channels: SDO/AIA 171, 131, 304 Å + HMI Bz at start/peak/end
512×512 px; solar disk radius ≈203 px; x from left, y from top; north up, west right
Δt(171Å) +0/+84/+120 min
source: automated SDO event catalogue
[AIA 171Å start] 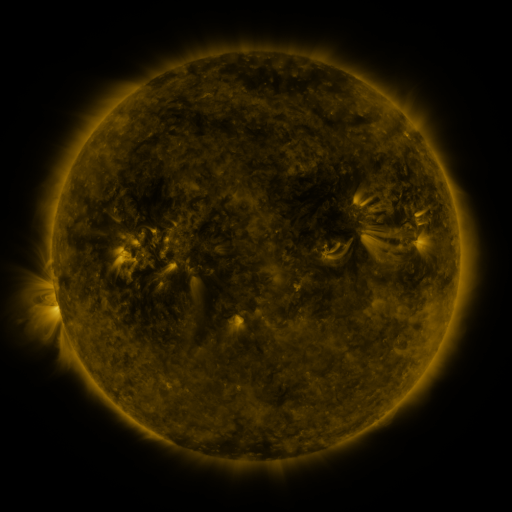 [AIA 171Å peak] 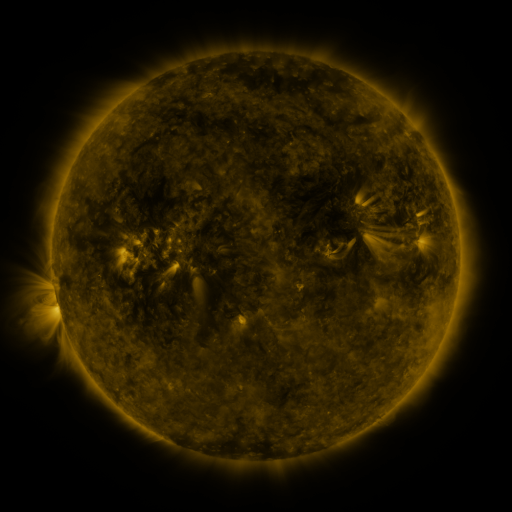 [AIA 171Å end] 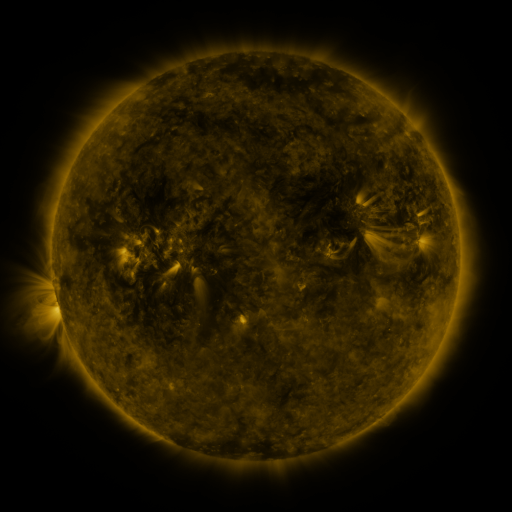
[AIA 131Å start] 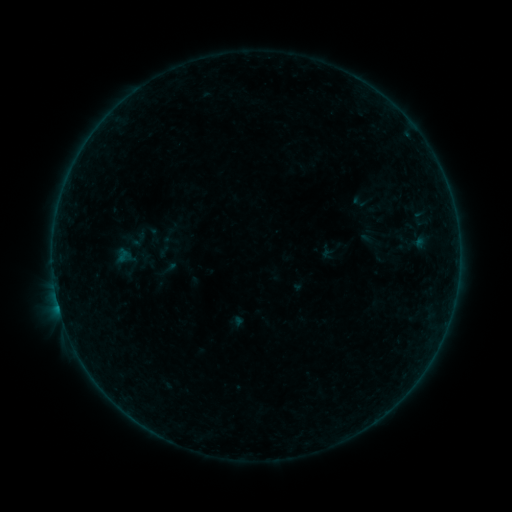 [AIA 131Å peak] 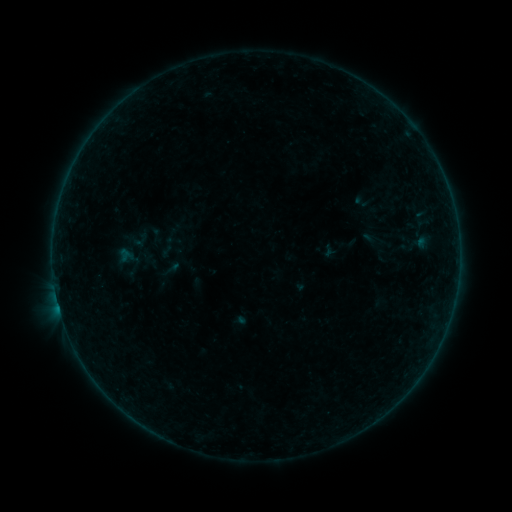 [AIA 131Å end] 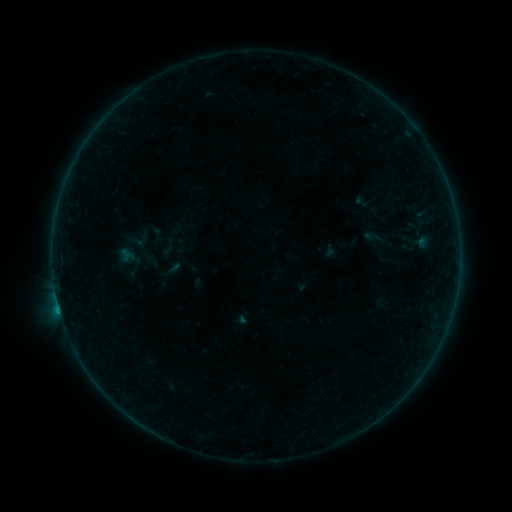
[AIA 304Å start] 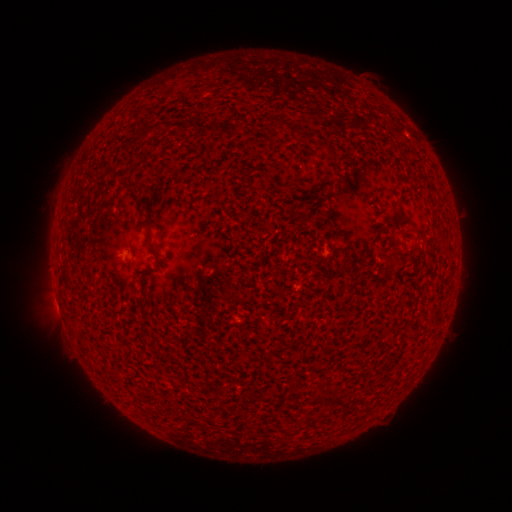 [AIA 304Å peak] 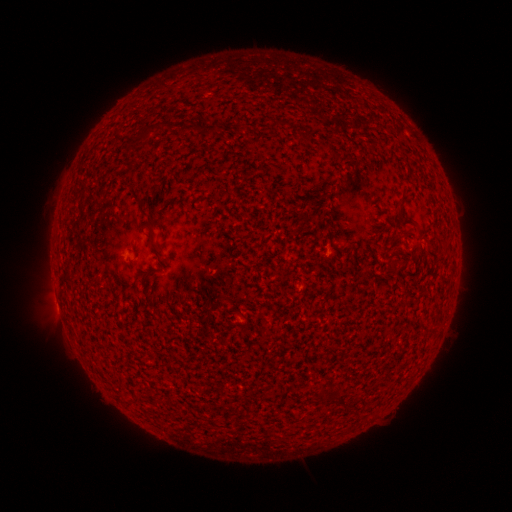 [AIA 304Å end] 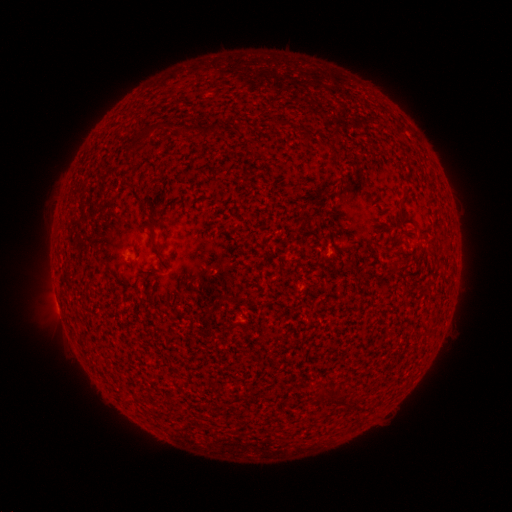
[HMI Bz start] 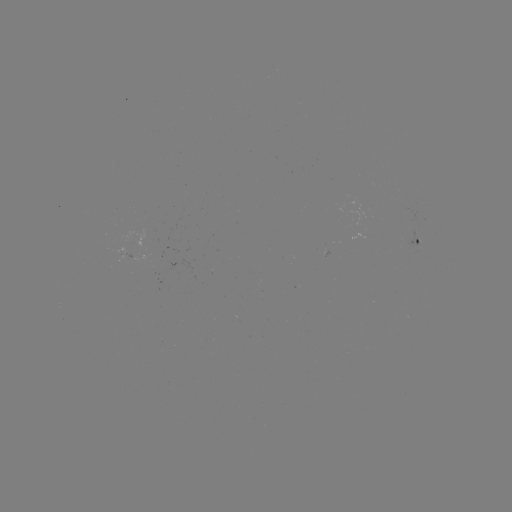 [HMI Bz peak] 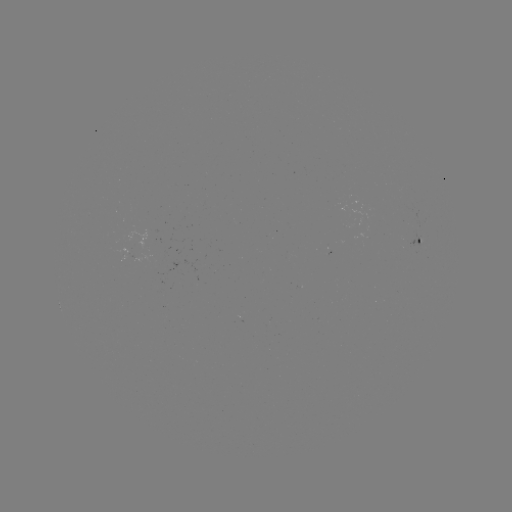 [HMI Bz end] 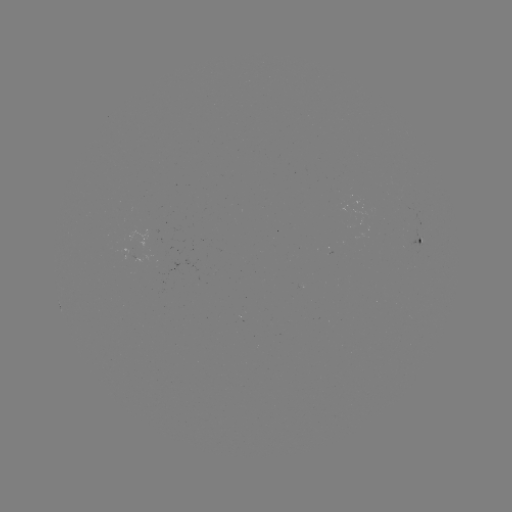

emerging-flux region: [128, 255, 151, 263]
